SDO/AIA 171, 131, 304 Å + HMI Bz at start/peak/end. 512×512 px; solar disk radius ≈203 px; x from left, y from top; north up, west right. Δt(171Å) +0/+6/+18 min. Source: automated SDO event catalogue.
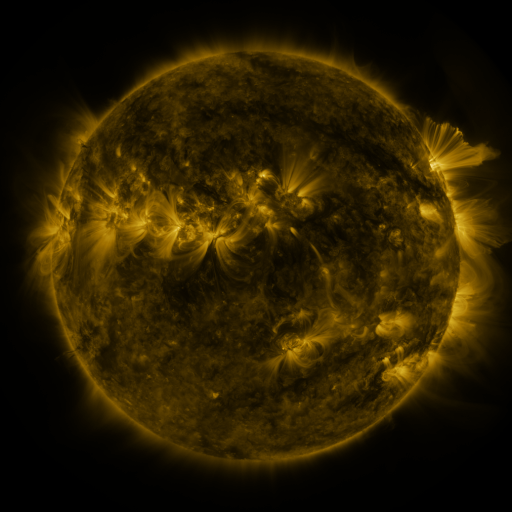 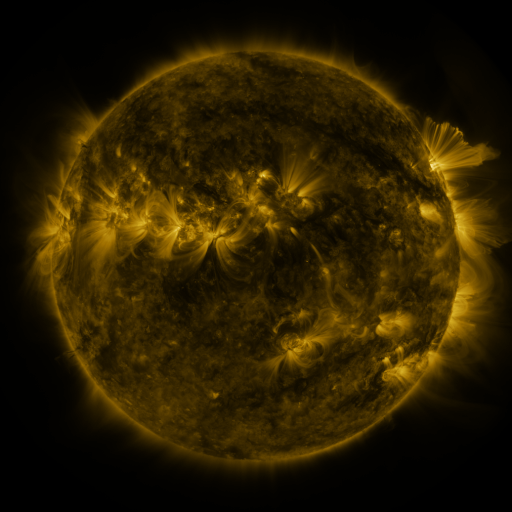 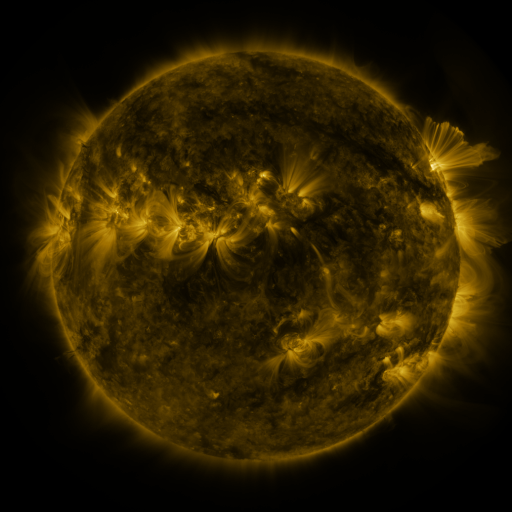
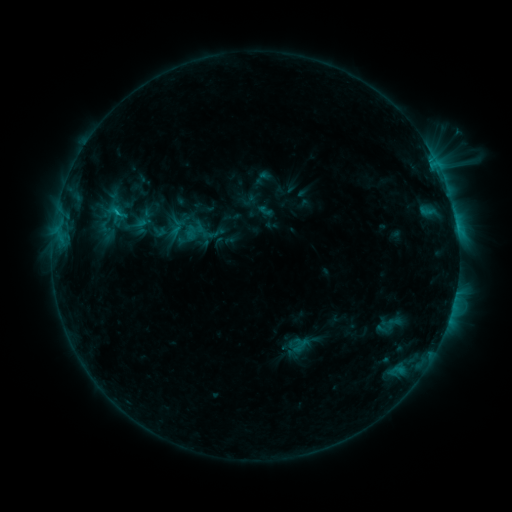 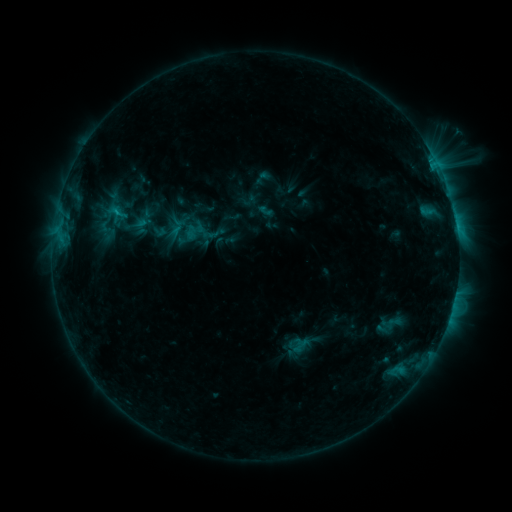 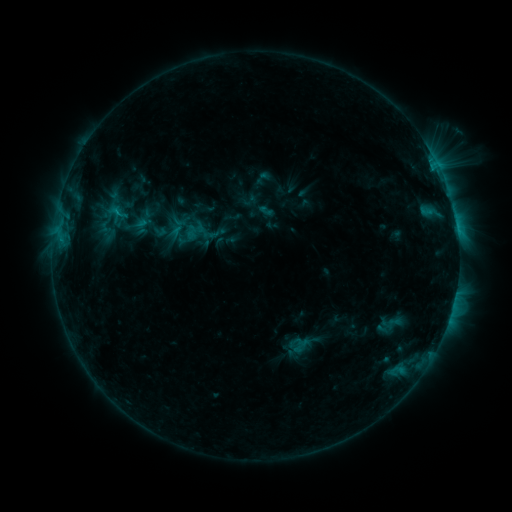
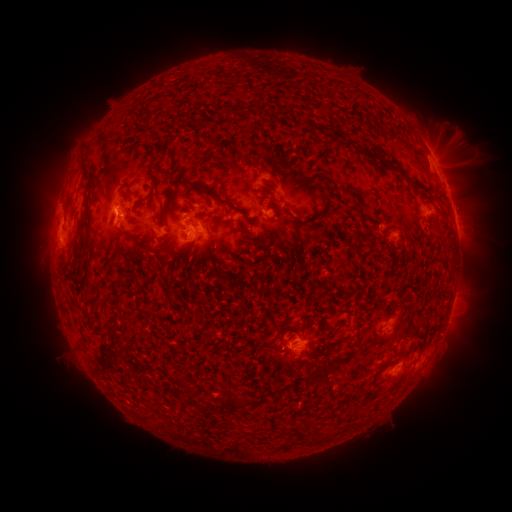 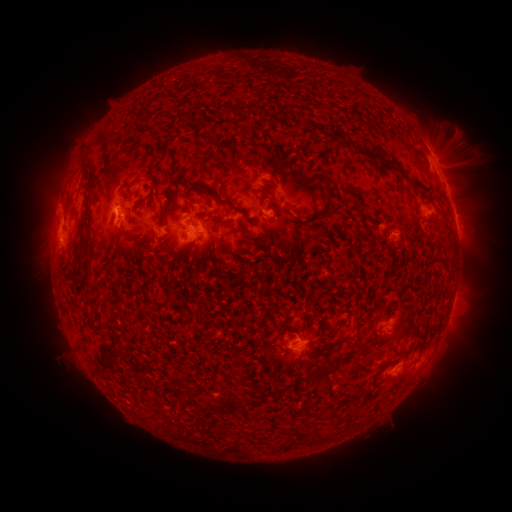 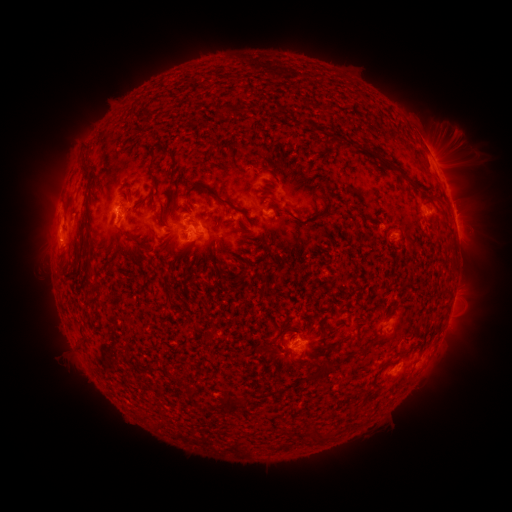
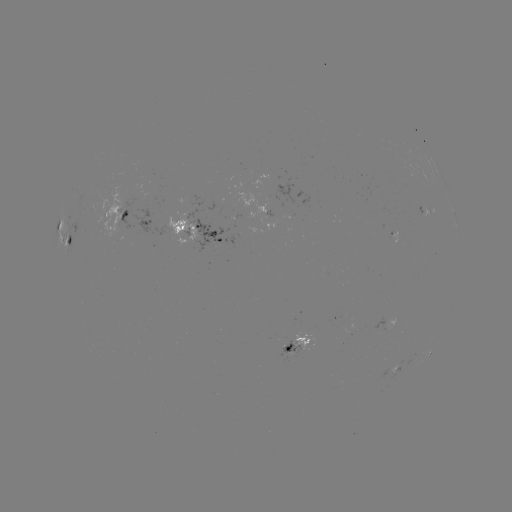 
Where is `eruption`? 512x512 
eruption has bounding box [414, 109, 508, 256].